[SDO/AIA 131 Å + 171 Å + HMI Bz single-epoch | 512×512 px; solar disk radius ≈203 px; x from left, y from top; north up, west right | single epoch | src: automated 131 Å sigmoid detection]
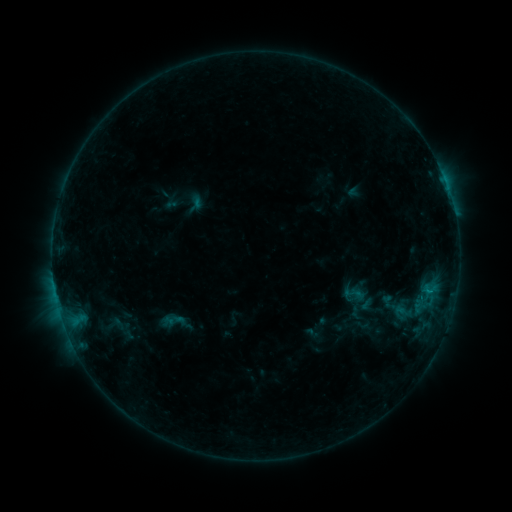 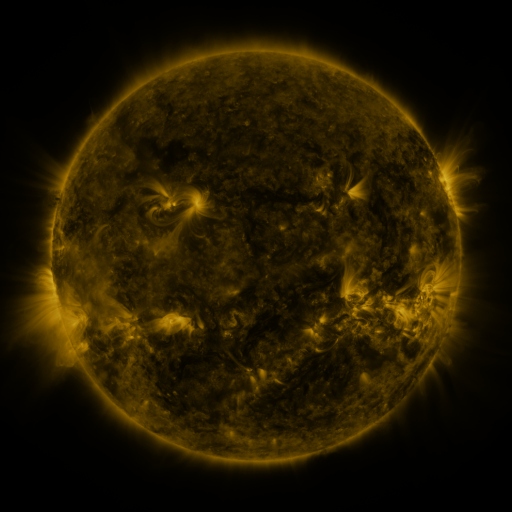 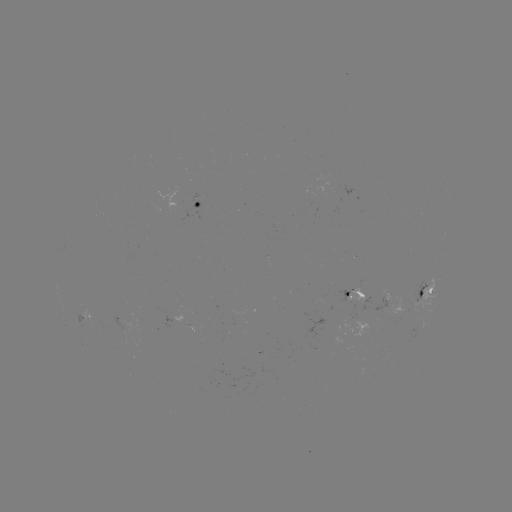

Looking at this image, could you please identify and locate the sigmoid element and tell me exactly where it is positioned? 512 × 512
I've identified sigmoid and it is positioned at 354,294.